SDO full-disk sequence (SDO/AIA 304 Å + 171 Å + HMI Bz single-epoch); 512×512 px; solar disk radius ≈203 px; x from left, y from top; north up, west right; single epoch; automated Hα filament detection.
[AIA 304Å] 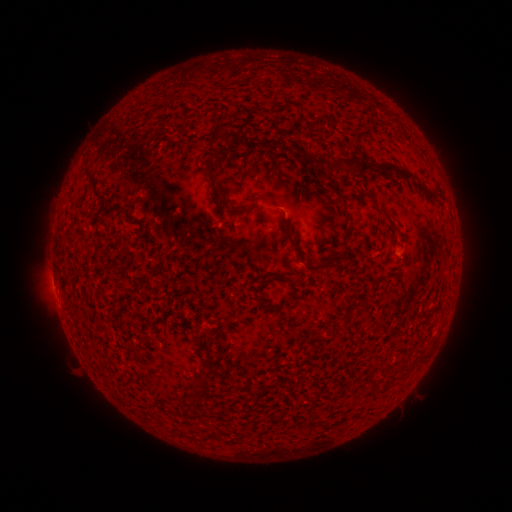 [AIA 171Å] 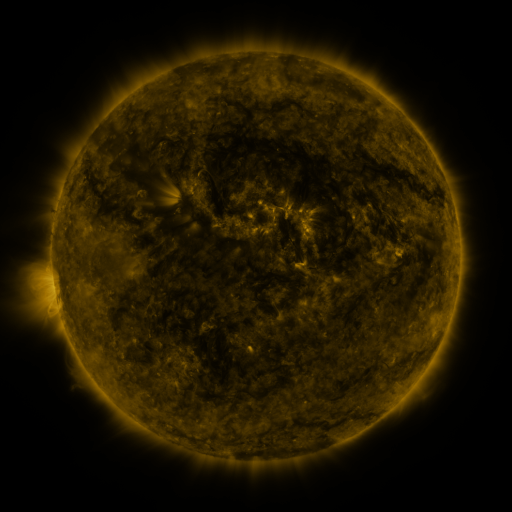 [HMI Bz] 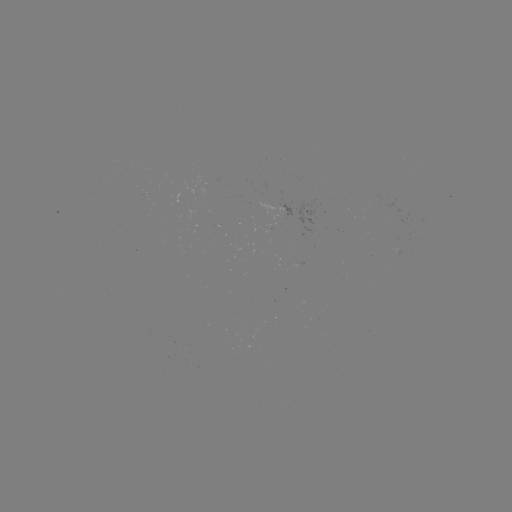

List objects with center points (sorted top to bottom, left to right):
filament: [218, 108, 226, 119]
filament: [210, 121, 226, 135]
filament: [264, 137, 274, 147]
filament: [328, 154, 373, 173]
filament: [381, 161, 440, 201]
filament: [88, 173, 100, 188]
filament: [213, 178, 236, 213]
filament: [338, 200, 347, 208]
filament: [379, 207, 395, 222]
filament: [286, 231, 309, 258]
filament: [305, 249, 340, 273]
filament: [255, 273, 295, 285]
filament: [258, 298, 269, 308]
filament: [383, 358, 393, 369]
filament: [398, 361, 410, 370]
filament: [308, 421, 319, 428]
